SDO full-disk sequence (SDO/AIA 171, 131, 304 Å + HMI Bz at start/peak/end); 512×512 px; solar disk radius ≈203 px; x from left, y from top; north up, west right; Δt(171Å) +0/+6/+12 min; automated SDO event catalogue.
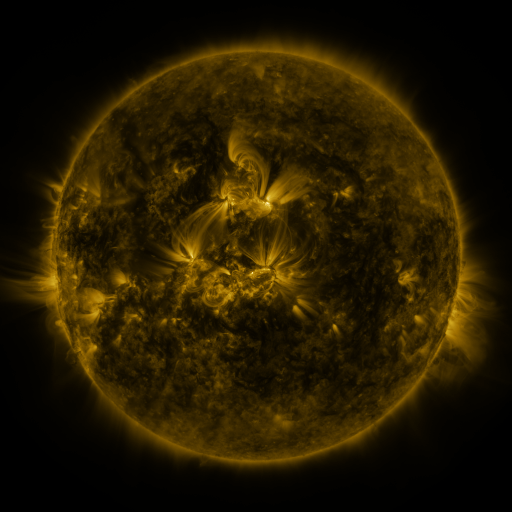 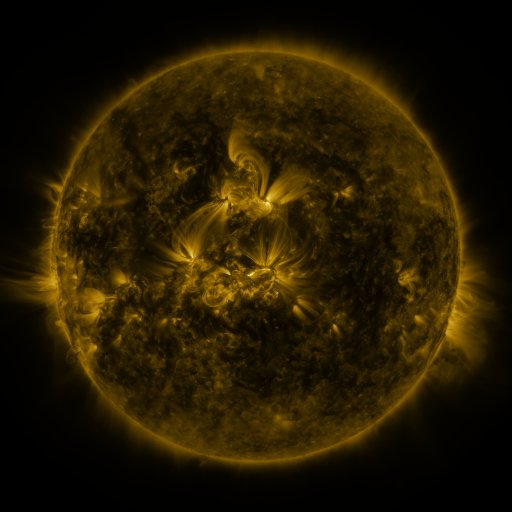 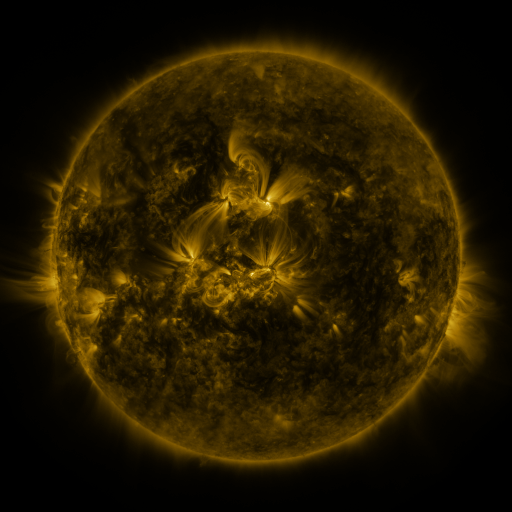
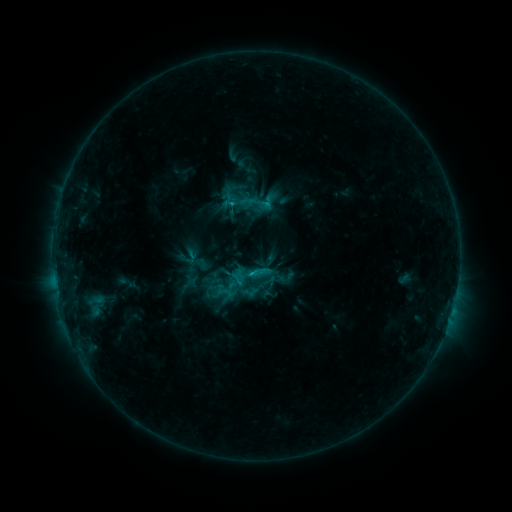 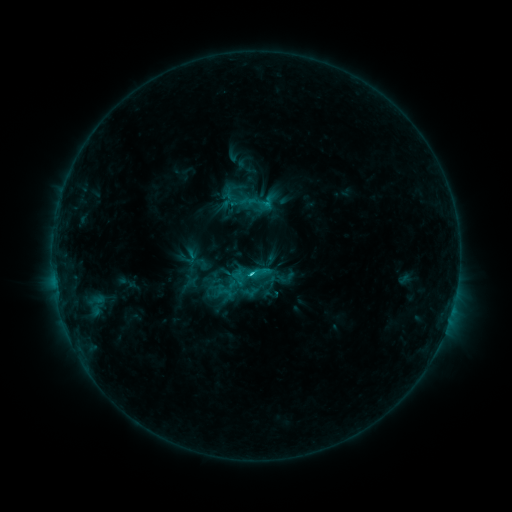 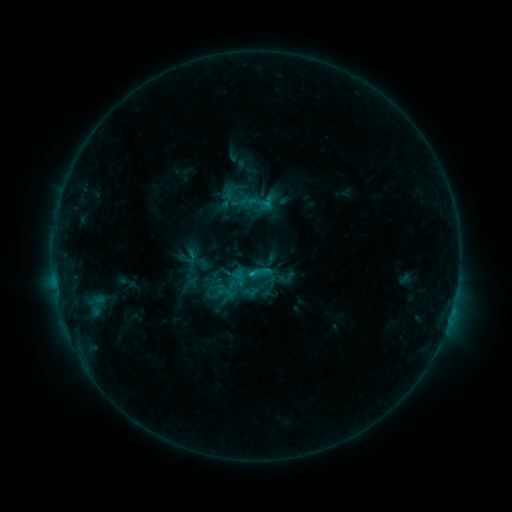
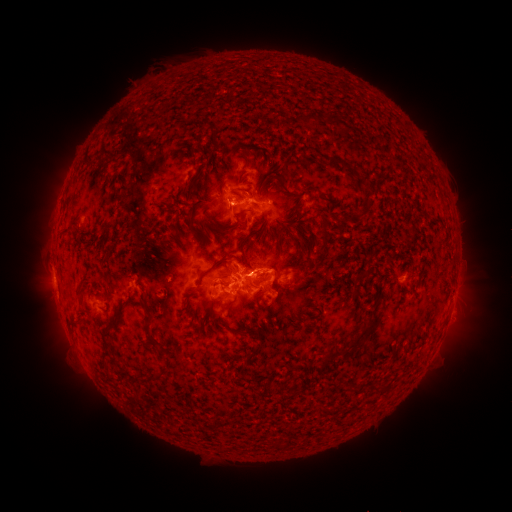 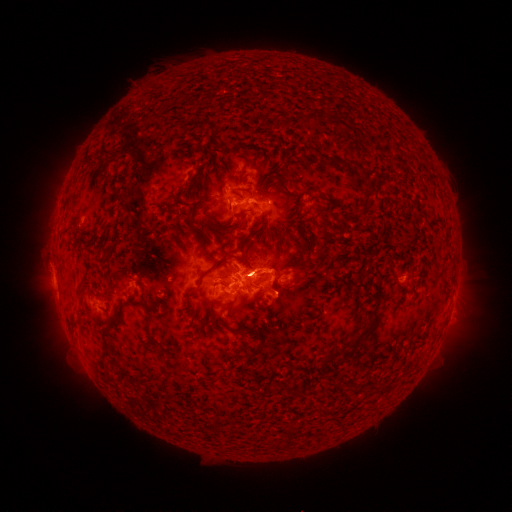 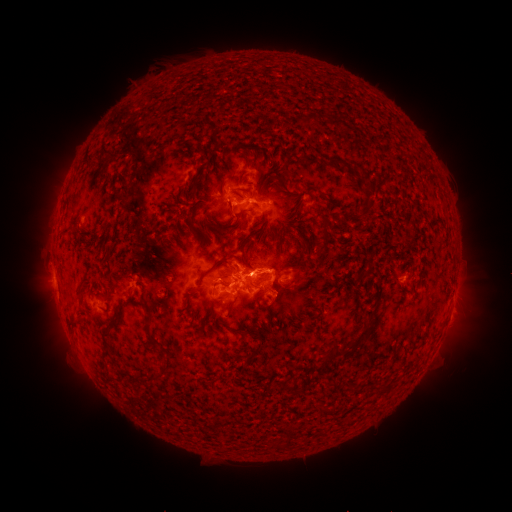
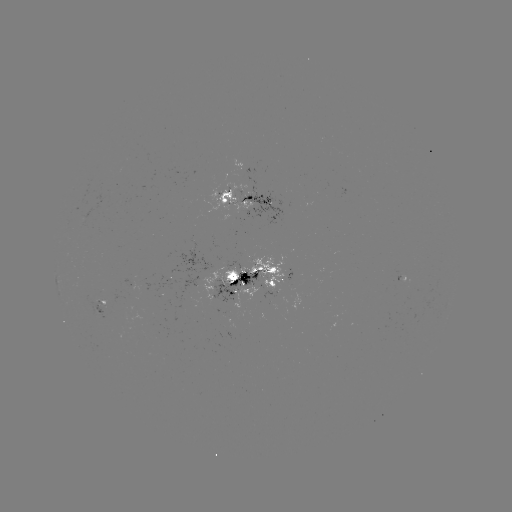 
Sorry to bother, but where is C2.3 flare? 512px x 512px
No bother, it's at (252, 273).